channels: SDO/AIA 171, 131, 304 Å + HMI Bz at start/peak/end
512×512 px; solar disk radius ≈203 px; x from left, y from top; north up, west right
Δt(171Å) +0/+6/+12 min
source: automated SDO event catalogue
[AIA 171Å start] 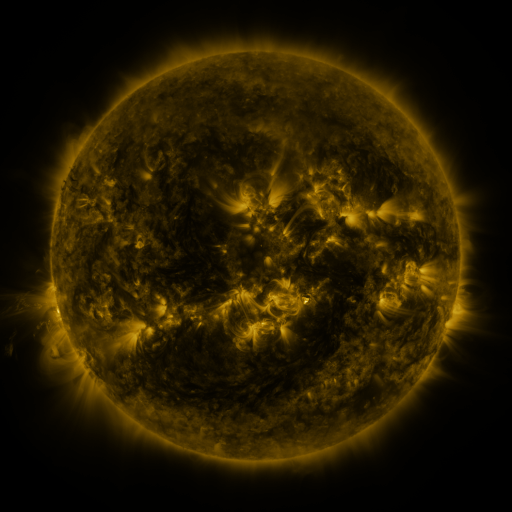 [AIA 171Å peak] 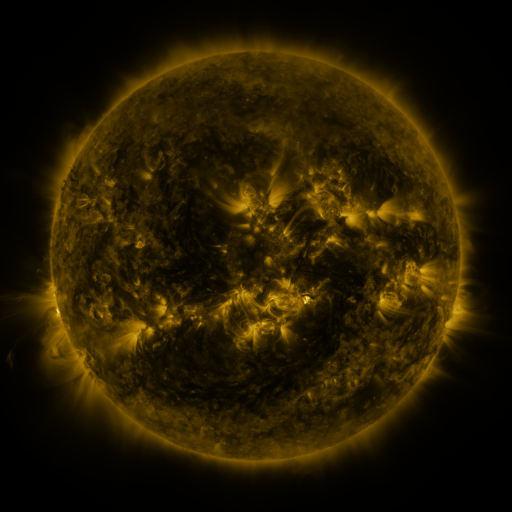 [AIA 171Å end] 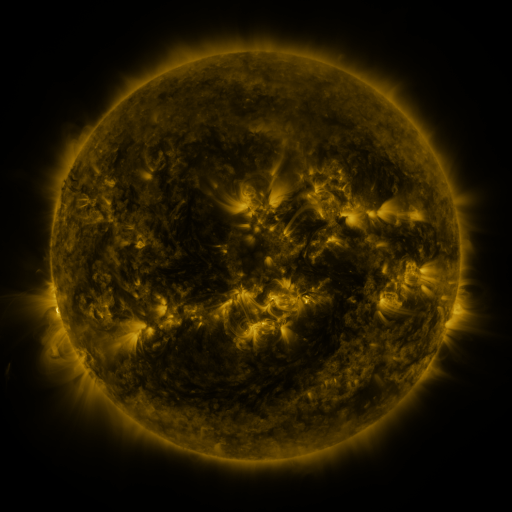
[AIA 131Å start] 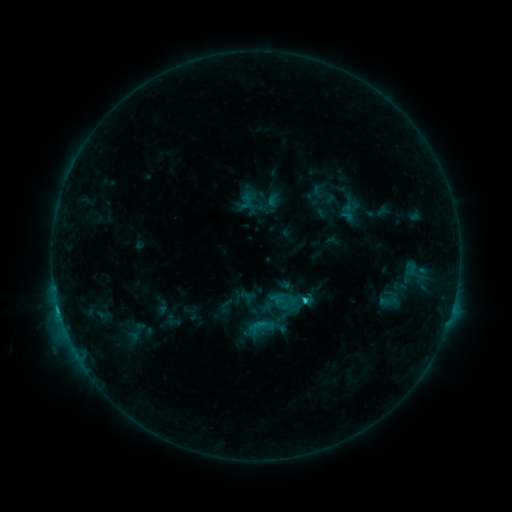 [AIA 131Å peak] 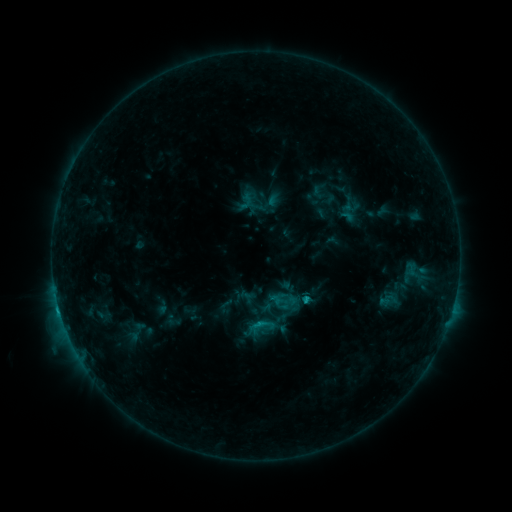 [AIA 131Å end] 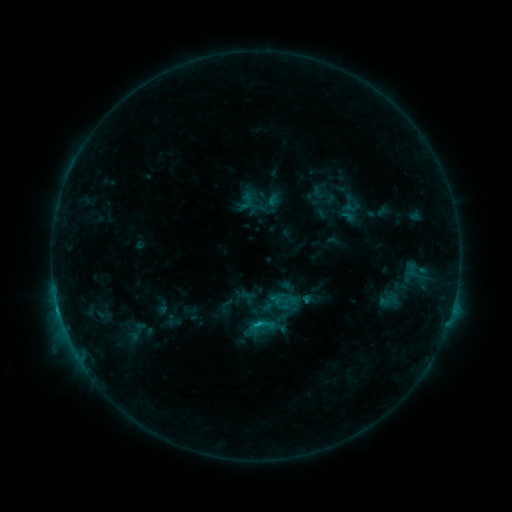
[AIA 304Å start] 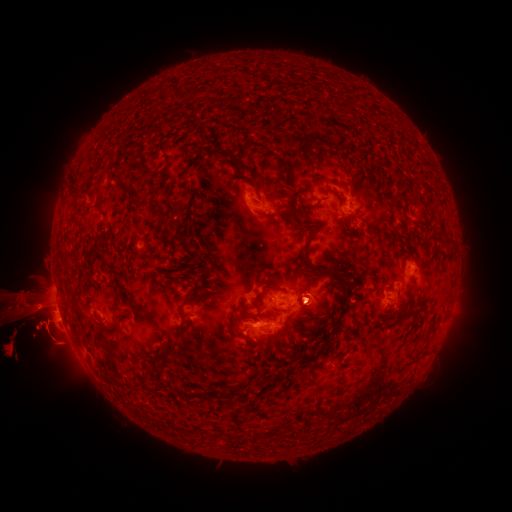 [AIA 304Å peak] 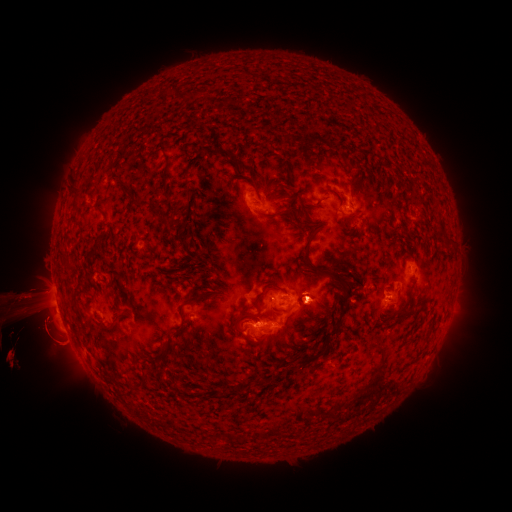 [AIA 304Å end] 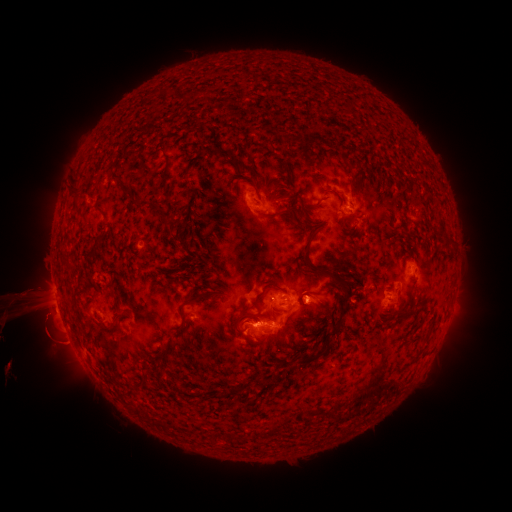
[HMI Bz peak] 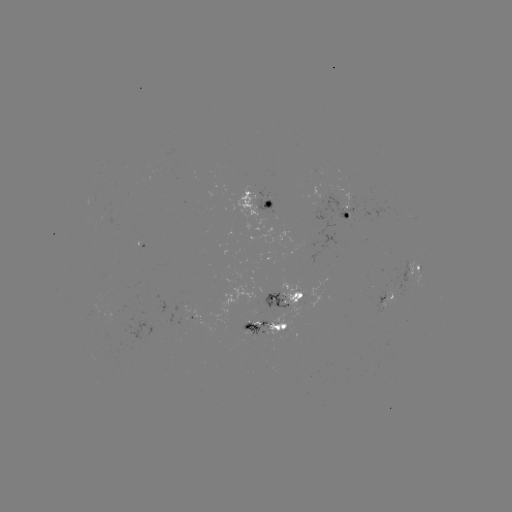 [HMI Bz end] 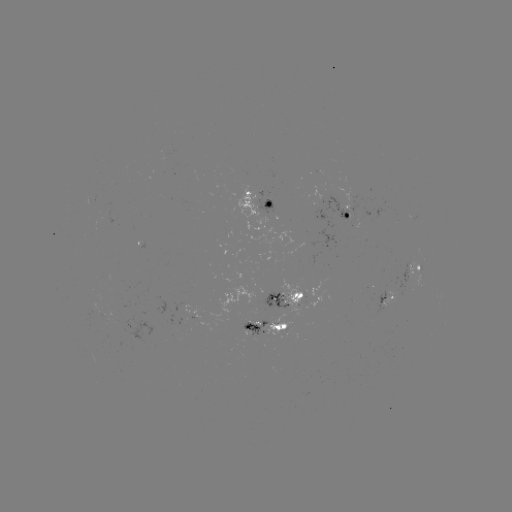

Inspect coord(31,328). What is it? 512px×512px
eruption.